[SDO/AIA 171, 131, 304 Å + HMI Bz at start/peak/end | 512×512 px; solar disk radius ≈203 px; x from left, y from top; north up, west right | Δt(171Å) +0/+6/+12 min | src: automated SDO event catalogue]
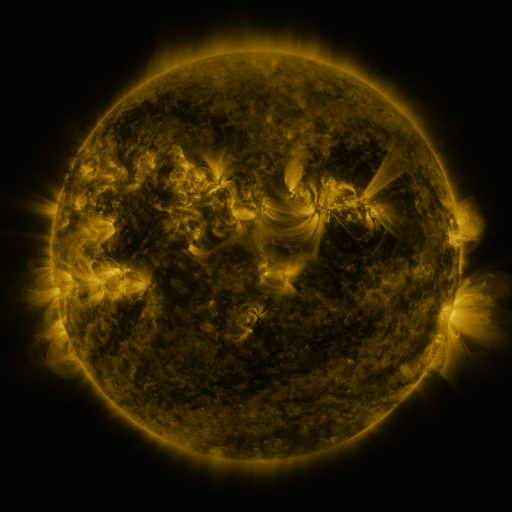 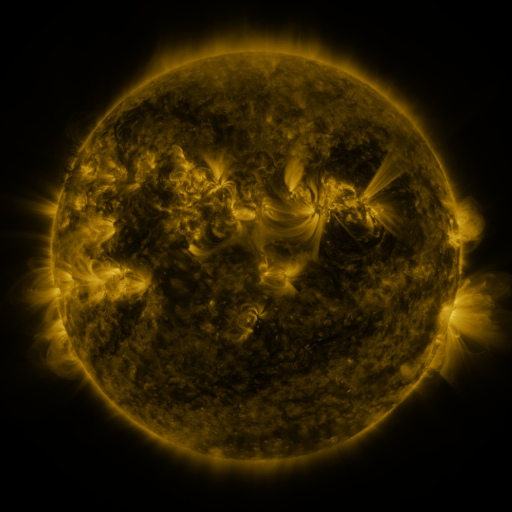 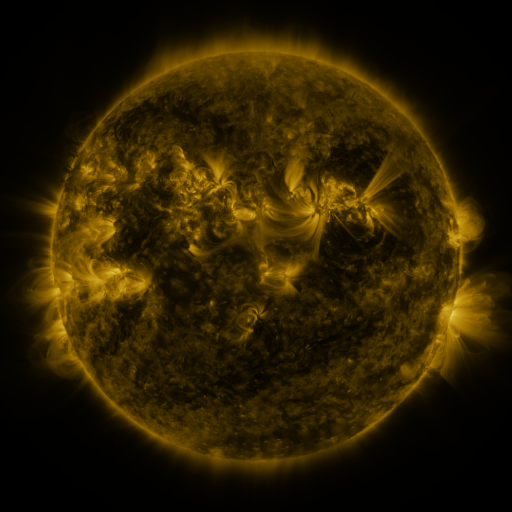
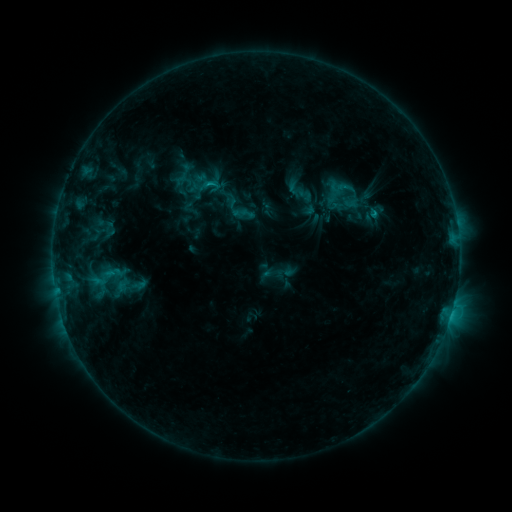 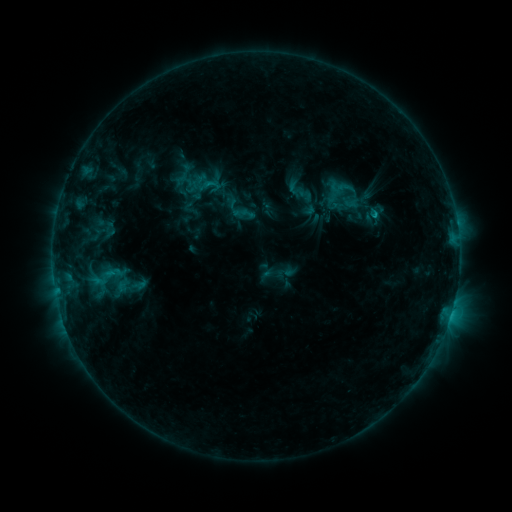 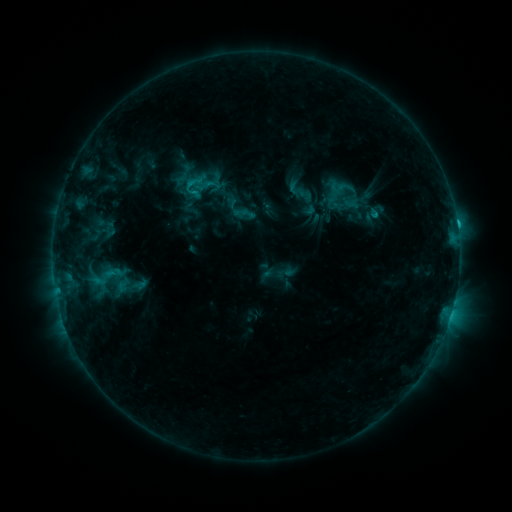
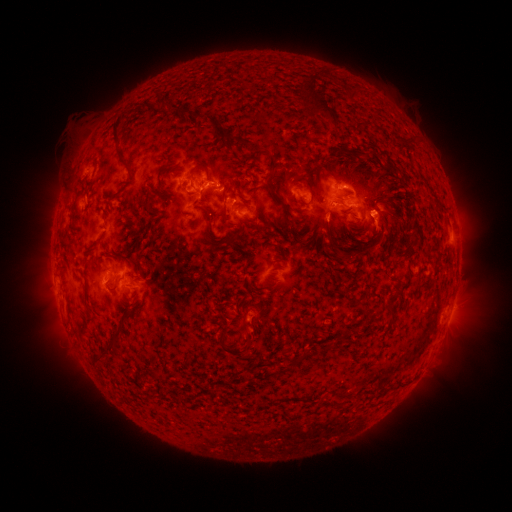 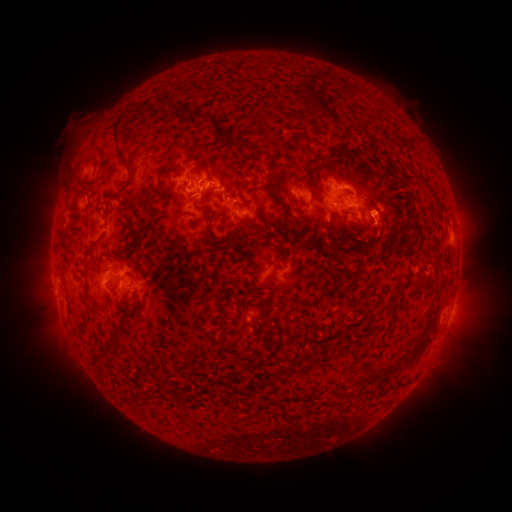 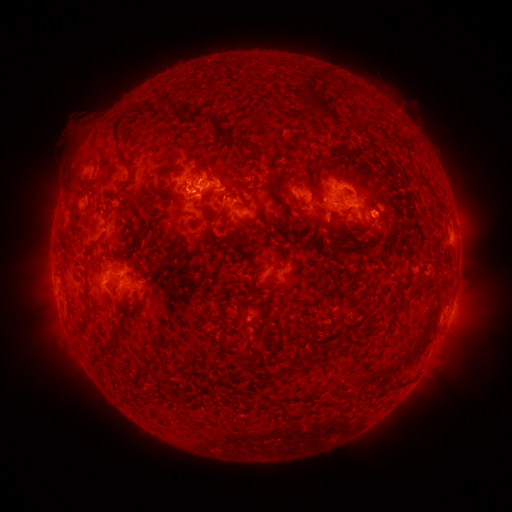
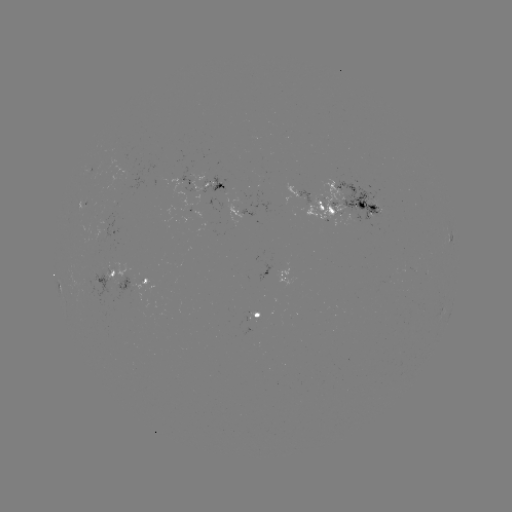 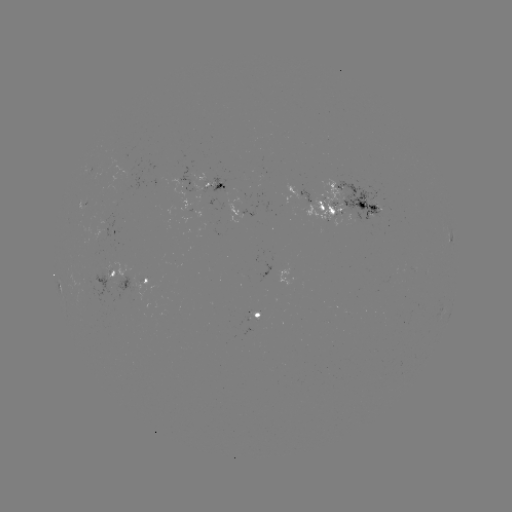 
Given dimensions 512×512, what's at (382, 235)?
eruption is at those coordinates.